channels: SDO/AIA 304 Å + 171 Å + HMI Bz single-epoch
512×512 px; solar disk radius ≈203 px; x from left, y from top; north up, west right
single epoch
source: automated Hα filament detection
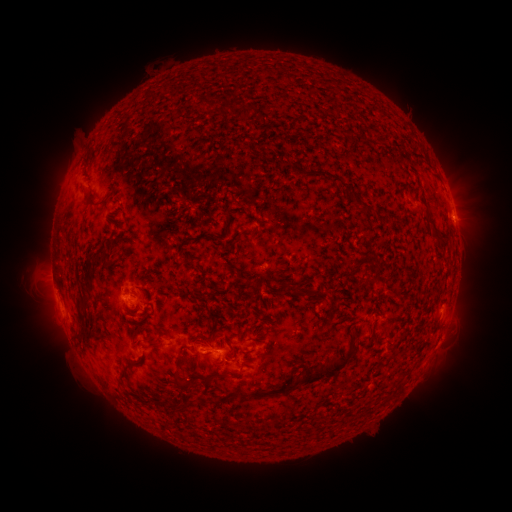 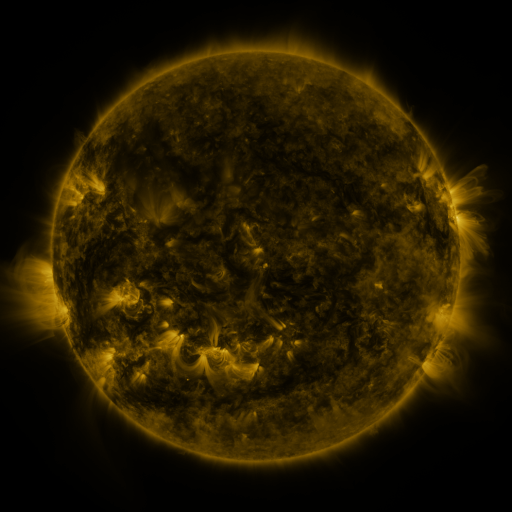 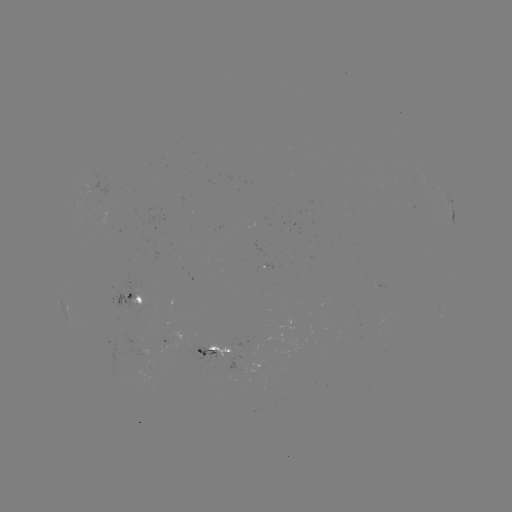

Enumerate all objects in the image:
filament: [278, 106, 295, 122]
filament: [115, 111, 123, 125]
filament: [291, 133, 304, 146]
filament: [105, 146, 130, 165]
filament: [323, 188, 366, 216]
filament: [96, 204, 114, 217]
filament: [190, 218, 203, 227]
filament: [84, 220, 96, 234]
filament: [361, 222, 382, 246]
filament: [239, 230, 247, 239]
filament: [72, 245, 85, 258]
filament: [147, 252, 161, 261]
filament: [429, 262, 437, 275]
filament: [59, 278, 73, 292]
filament: [429, 281, 443, 300]
filament: [112, 288, 130, 303]
filament: [265, 289, 273, 299]
filament: [279, 296, 307, 311]
filament: [130, 306, 141, 316]
filament: [87, 320, 115, 342]
filament: [202, 324, 211, 343]
filament: [141, 341, 164, 365]
filament: [165, 357, 176, 366]
filament: [339, 360, 348, 372]
filament: [199, 370, 324, 399]
filament: [133, 373, 152, 383]
